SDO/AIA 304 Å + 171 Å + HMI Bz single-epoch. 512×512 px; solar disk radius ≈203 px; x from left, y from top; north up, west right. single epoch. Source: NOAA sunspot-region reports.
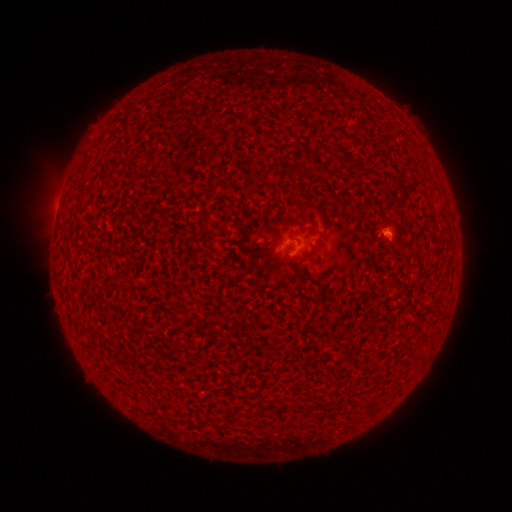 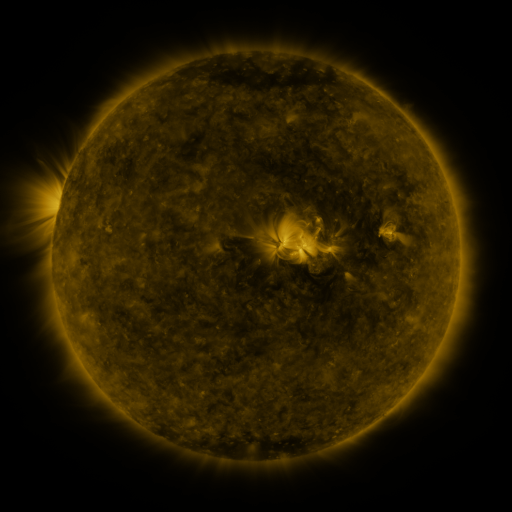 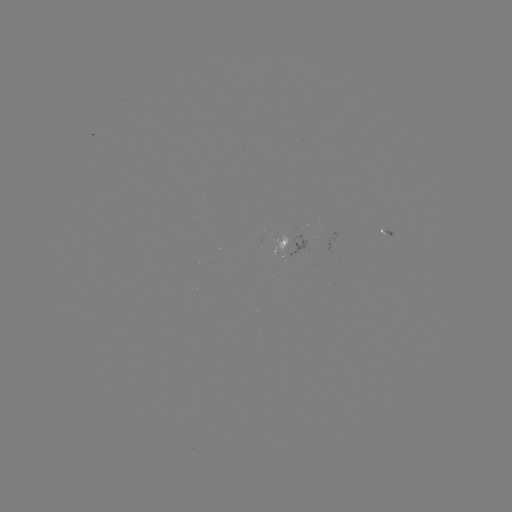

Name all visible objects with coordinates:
spotted active region: (388, 231)
spotted active region: (301, 243)
